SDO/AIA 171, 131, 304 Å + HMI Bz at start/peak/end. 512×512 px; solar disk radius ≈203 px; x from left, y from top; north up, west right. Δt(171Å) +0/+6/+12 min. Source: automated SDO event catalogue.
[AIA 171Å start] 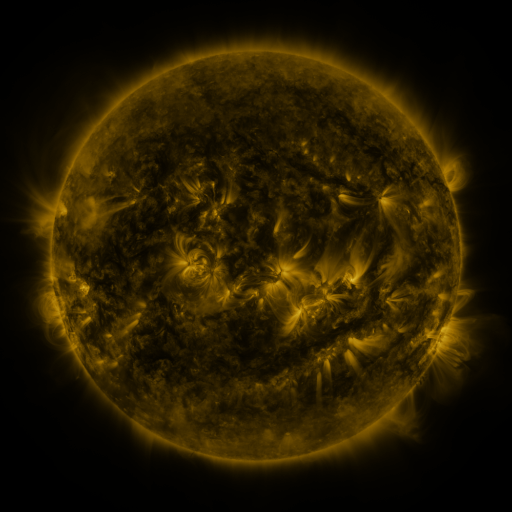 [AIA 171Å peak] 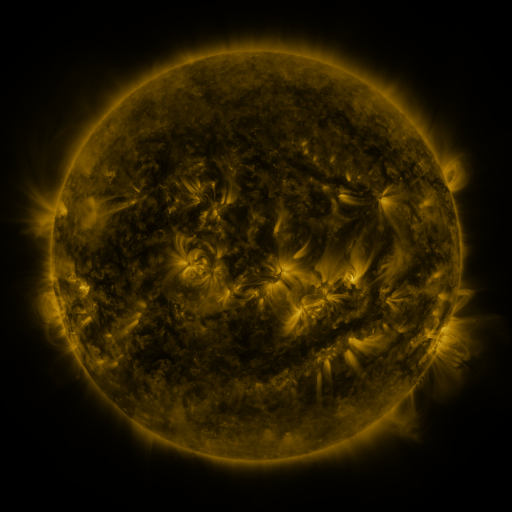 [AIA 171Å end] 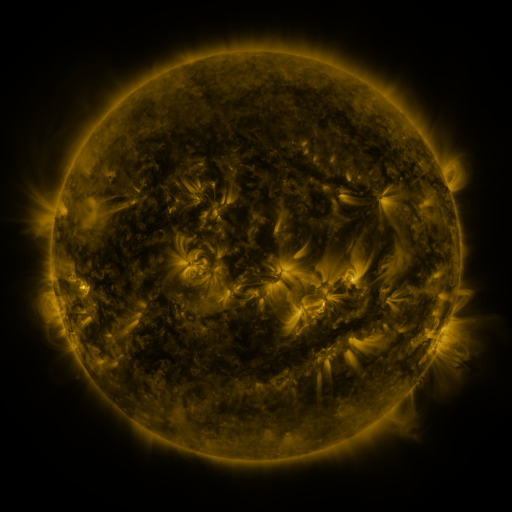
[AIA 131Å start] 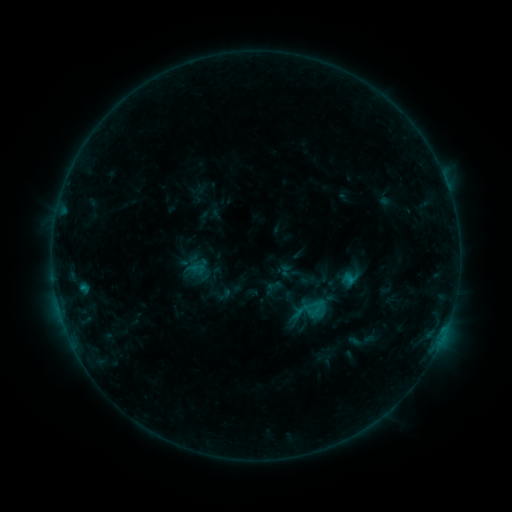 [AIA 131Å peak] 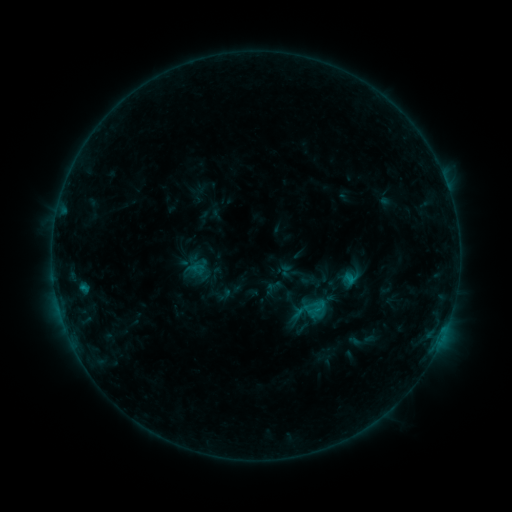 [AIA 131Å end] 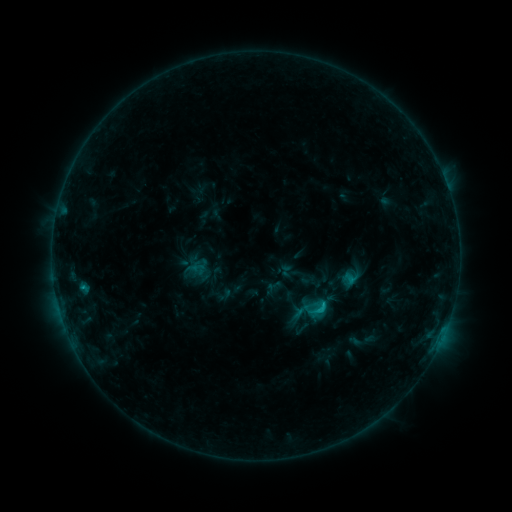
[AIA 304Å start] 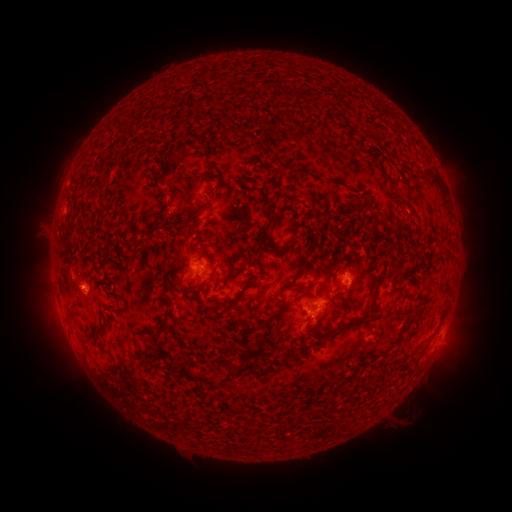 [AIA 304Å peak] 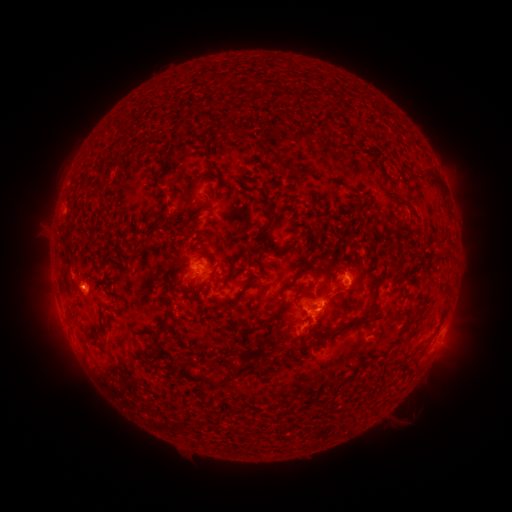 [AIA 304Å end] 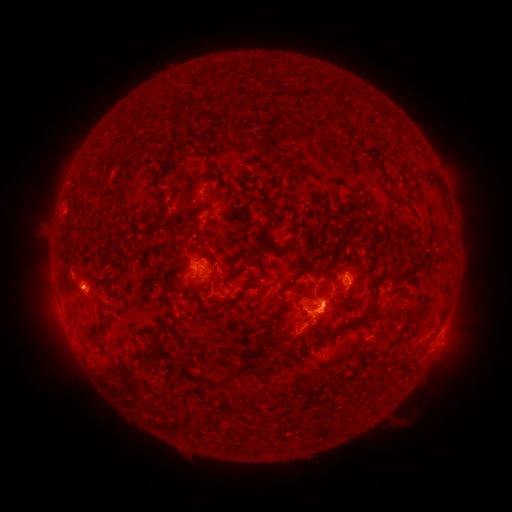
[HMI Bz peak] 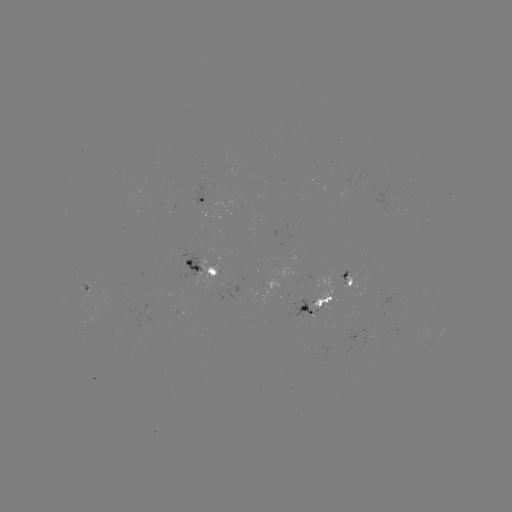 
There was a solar flare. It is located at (84, 287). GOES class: C1.3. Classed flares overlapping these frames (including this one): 1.